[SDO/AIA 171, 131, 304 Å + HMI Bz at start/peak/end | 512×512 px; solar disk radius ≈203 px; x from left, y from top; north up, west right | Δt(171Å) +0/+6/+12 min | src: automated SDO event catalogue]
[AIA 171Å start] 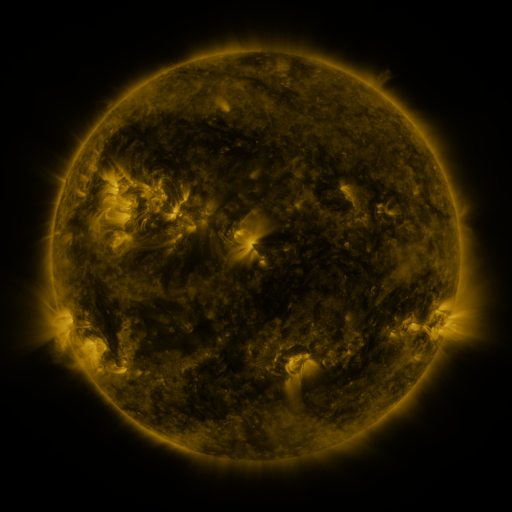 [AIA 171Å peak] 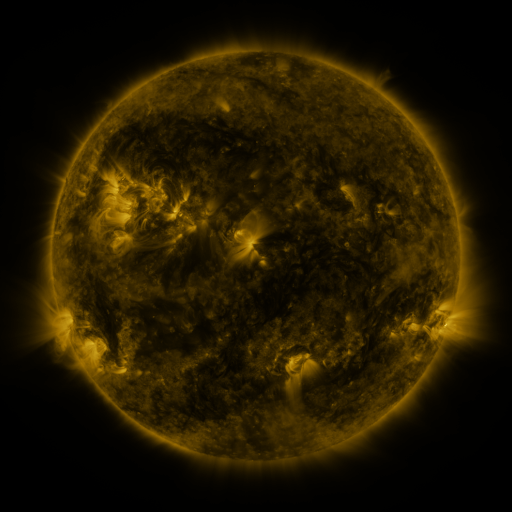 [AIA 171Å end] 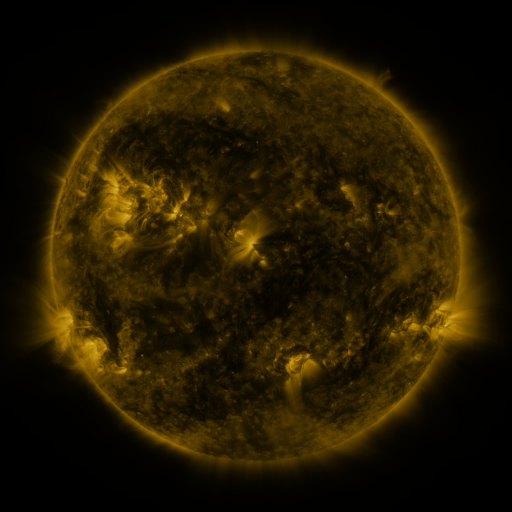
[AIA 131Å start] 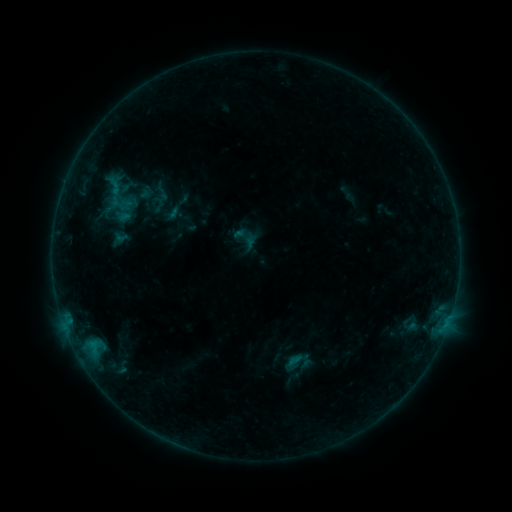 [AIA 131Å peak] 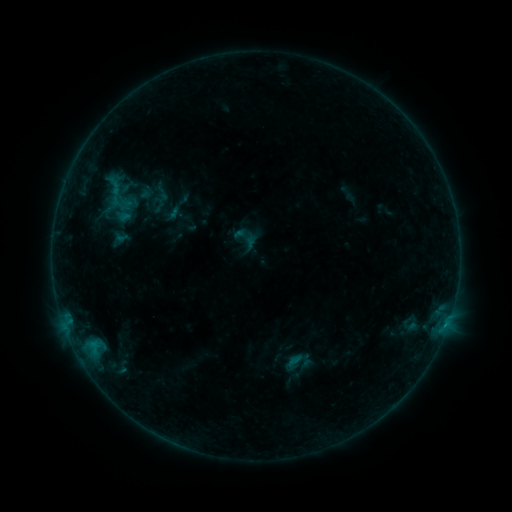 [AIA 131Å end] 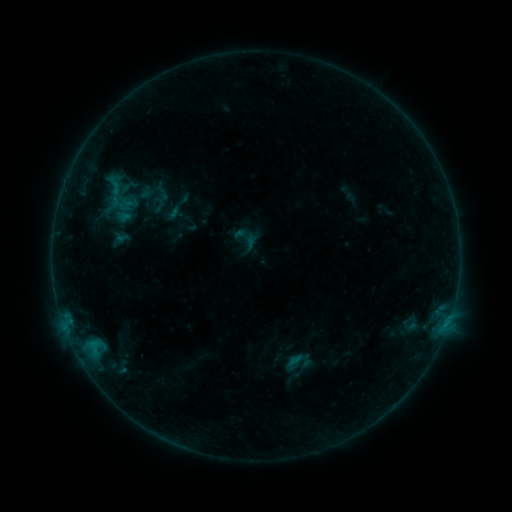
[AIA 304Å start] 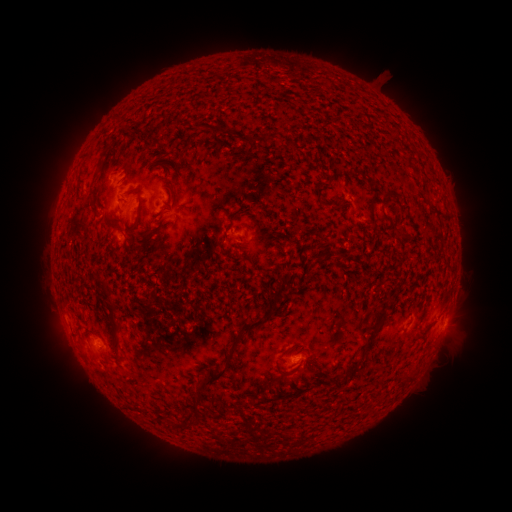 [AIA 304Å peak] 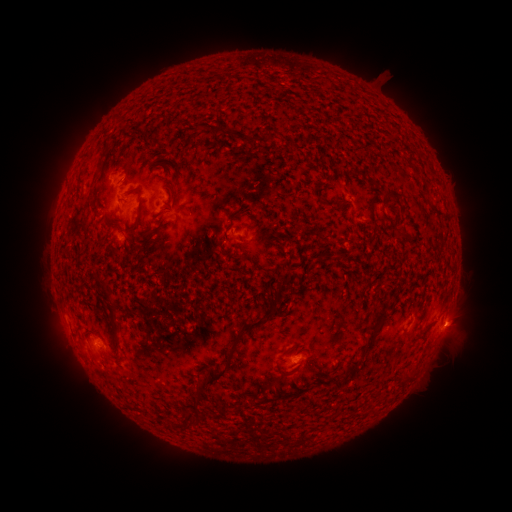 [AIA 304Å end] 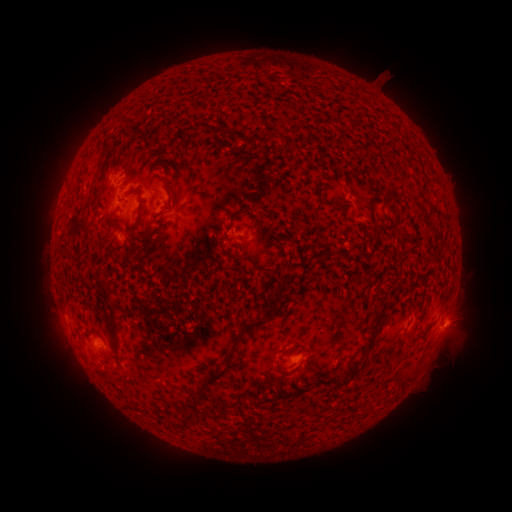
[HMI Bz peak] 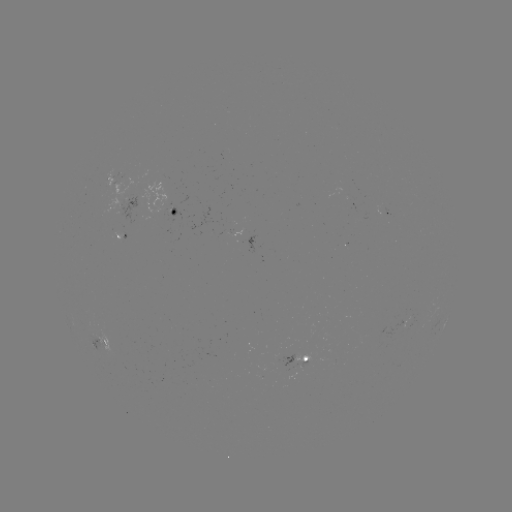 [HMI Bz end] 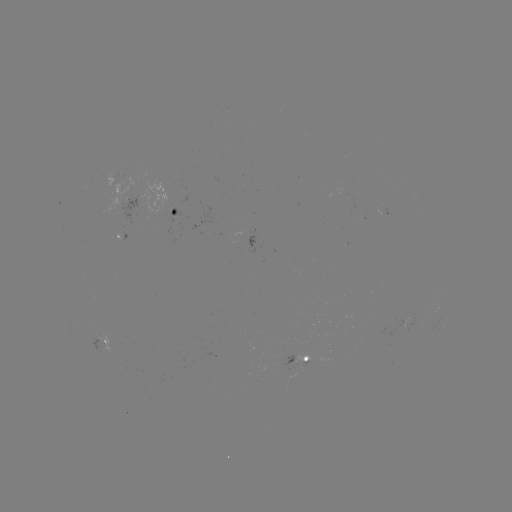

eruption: <bbox>429, 300, 484, 357</bbox>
